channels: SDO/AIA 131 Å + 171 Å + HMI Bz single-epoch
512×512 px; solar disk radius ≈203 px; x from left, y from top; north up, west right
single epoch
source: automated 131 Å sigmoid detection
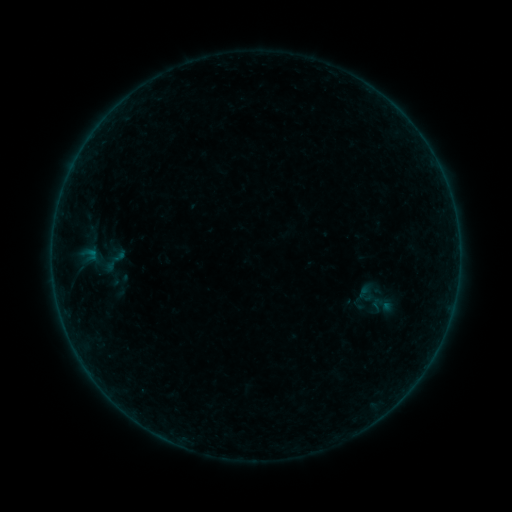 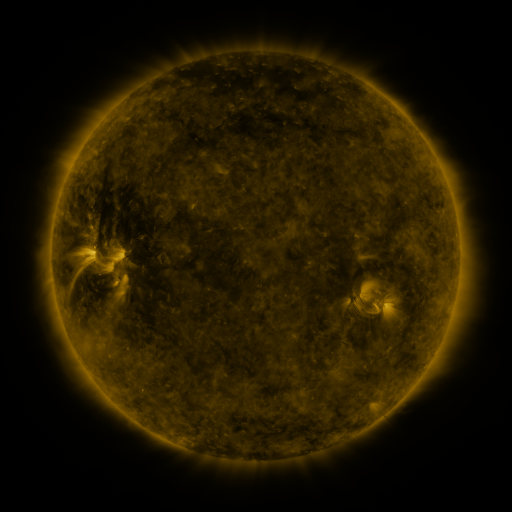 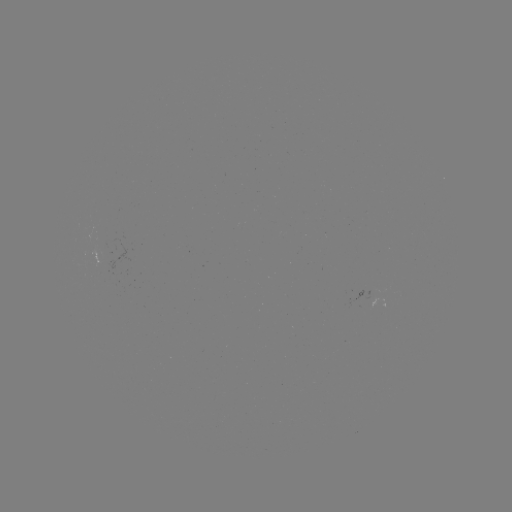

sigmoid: (370, 293, 394, 317)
